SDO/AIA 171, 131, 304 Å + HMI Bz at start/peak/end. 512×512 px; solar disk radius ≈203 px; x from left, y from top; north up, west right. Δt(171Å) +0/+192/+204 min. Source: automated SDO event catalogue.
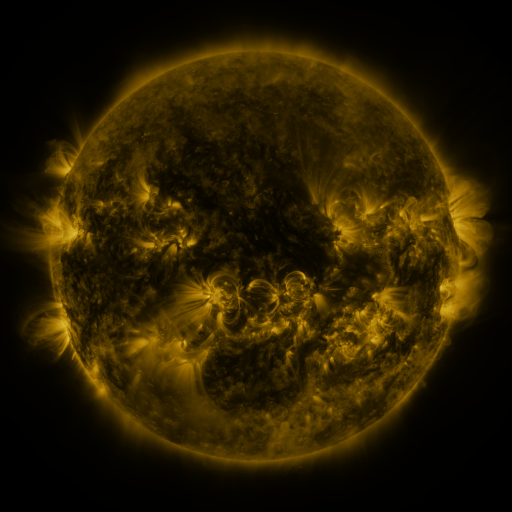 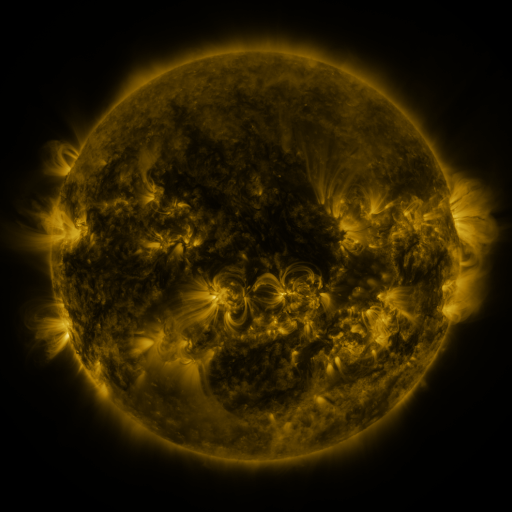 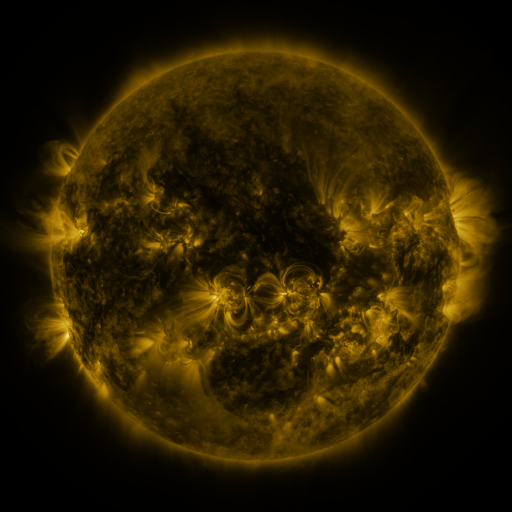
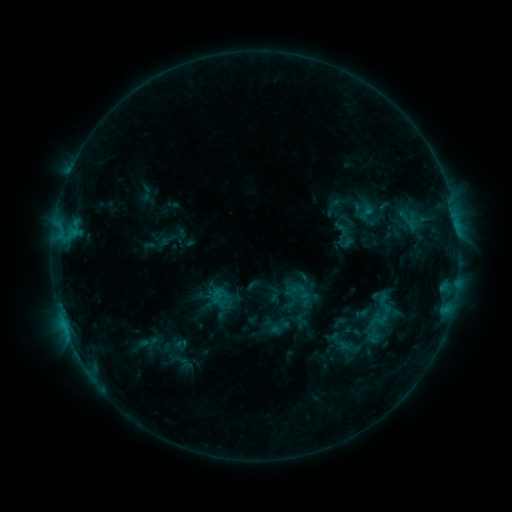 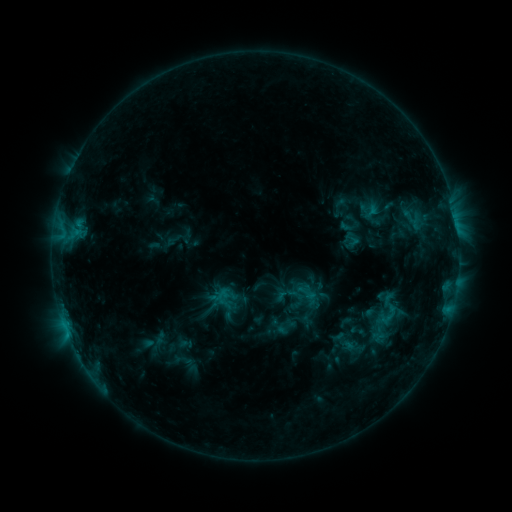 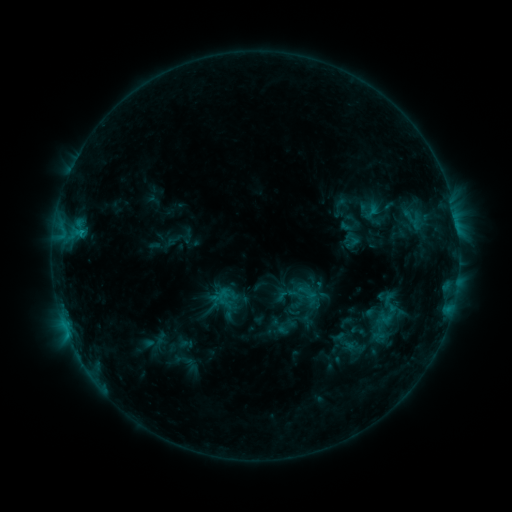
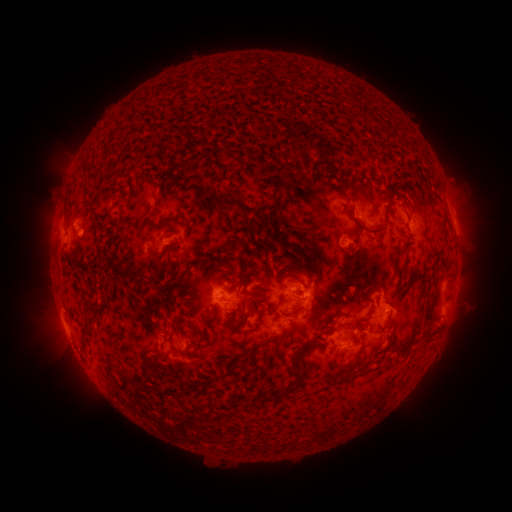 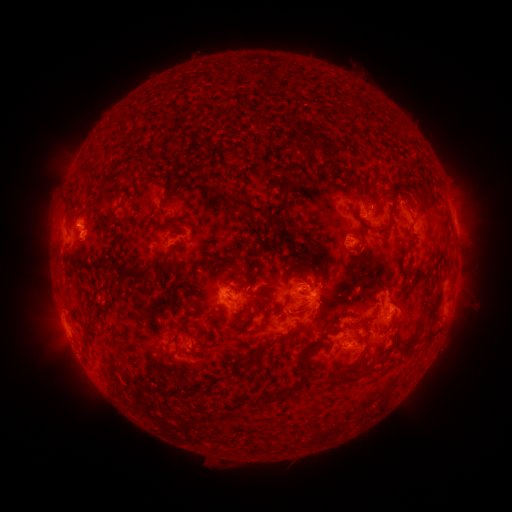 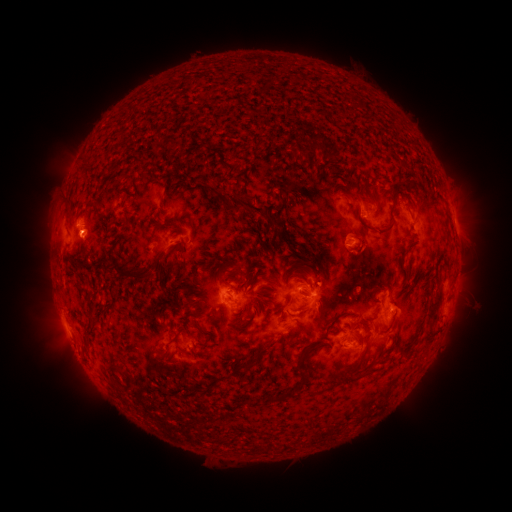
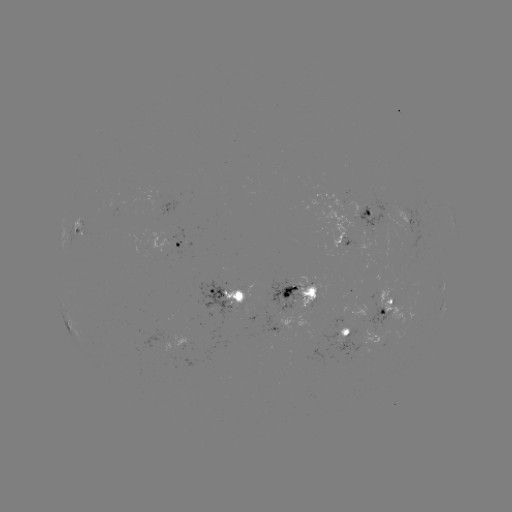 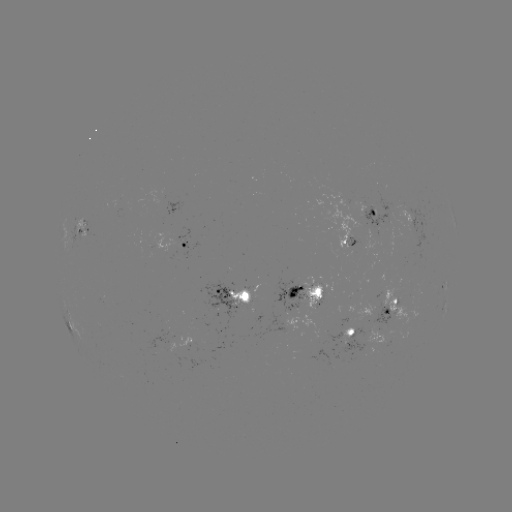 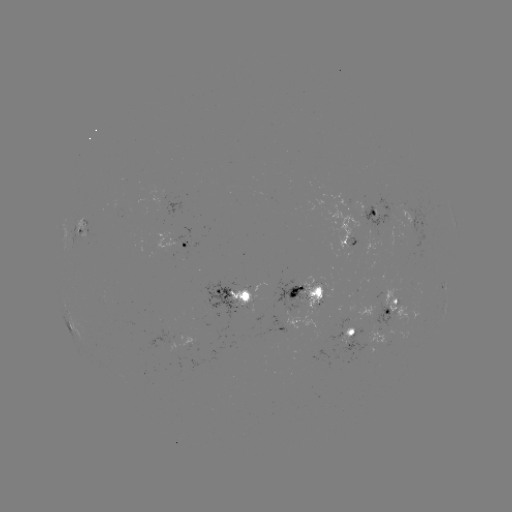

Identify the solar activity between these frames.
emerging-flux region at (368, 213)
